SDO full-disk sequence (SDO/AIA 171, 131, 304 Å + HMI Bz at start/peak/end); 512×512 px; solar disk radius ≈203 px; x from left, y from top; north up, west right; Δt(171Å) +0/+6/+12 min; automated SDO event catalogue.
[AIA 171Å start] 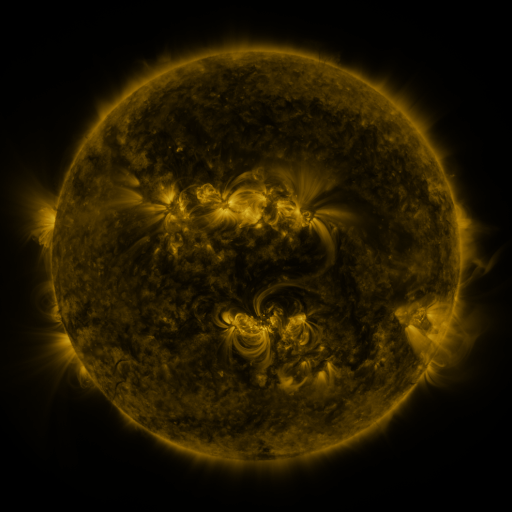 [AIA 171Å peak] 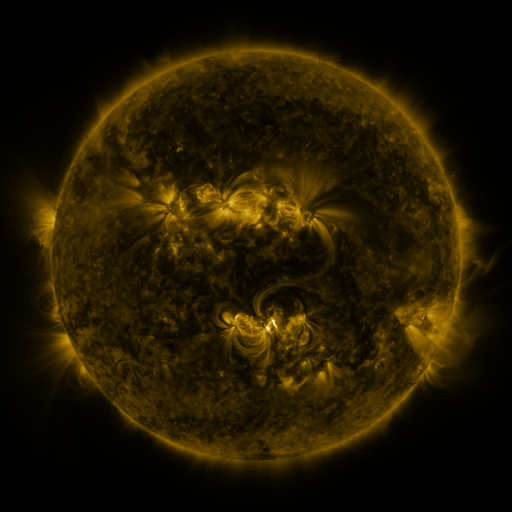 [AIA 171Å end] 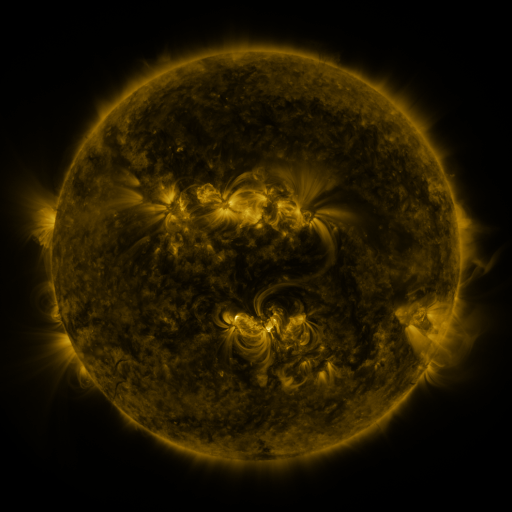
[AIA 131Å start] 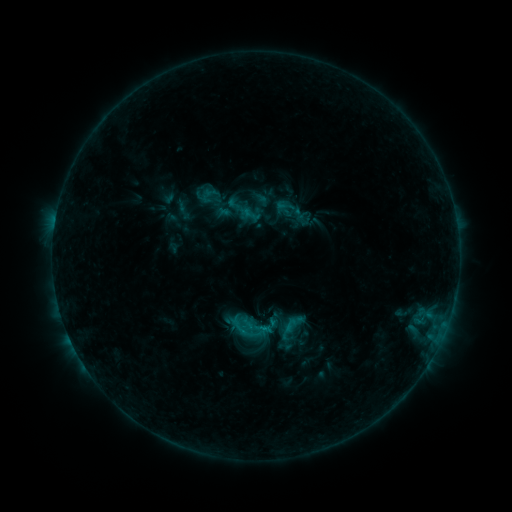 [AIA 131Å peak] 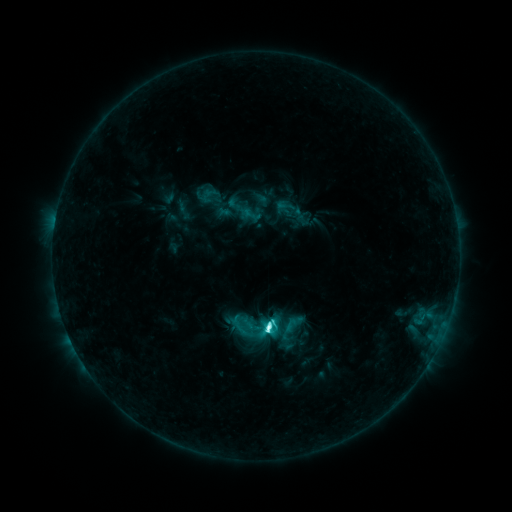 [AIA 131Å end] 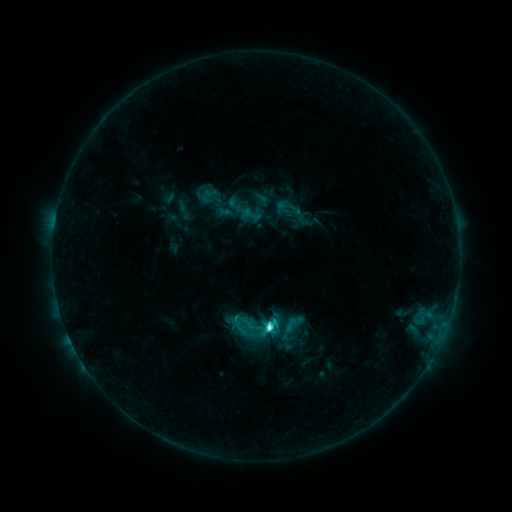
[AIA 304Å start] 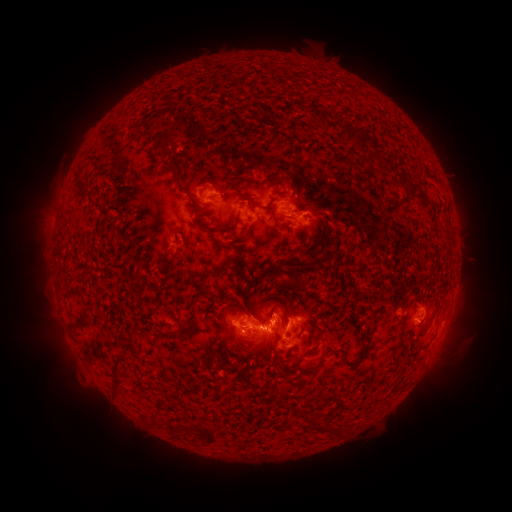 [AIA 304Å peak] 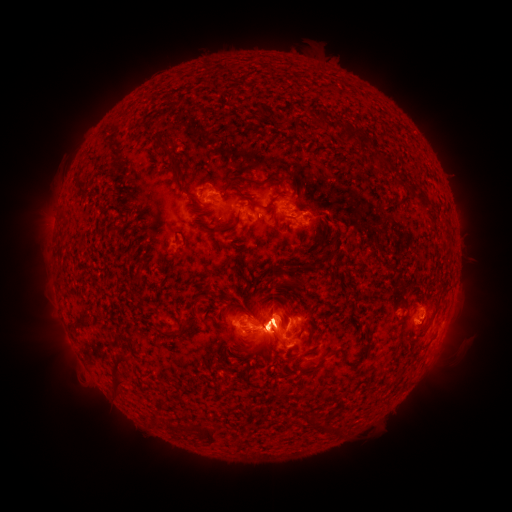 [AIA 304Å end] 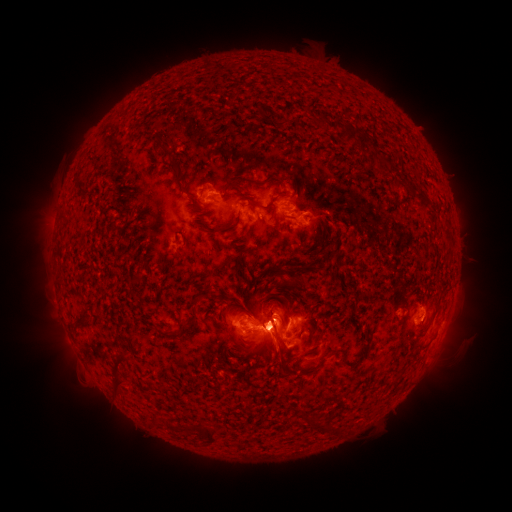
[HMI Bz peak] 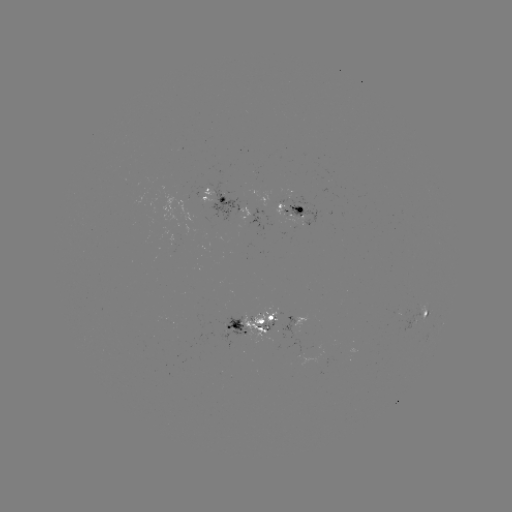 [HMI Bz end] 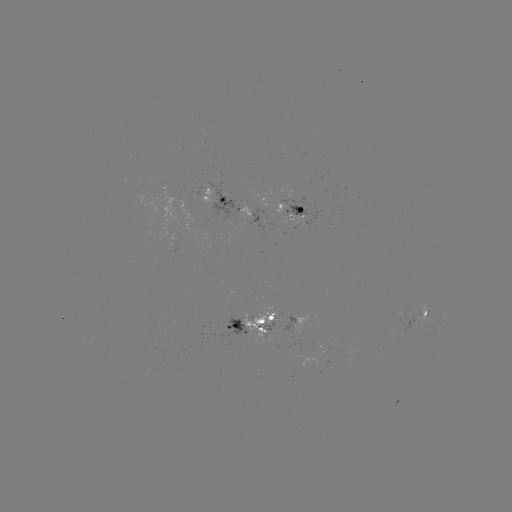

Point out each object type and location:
C9.9 flare: (266, 326)
